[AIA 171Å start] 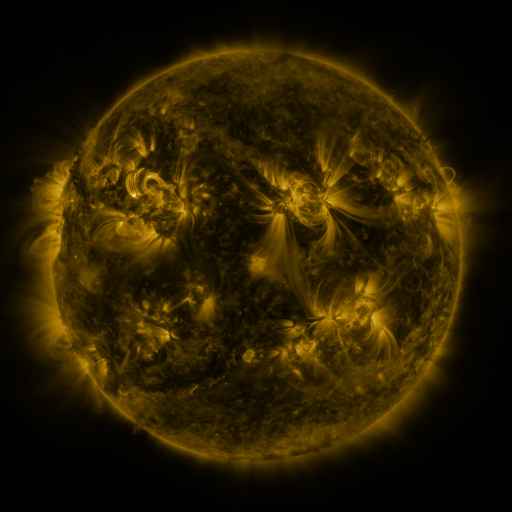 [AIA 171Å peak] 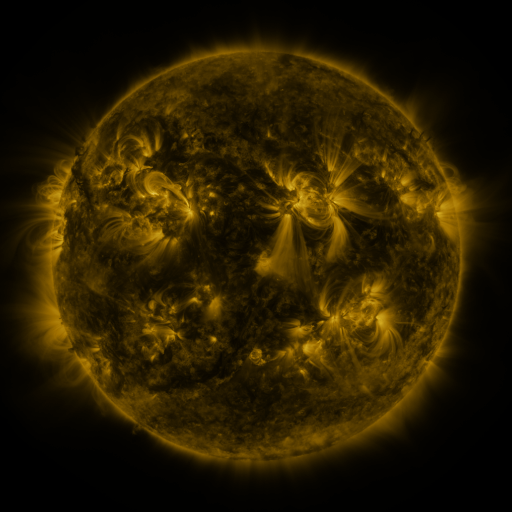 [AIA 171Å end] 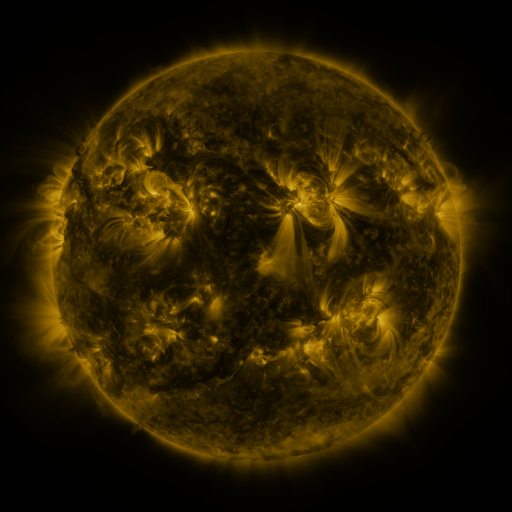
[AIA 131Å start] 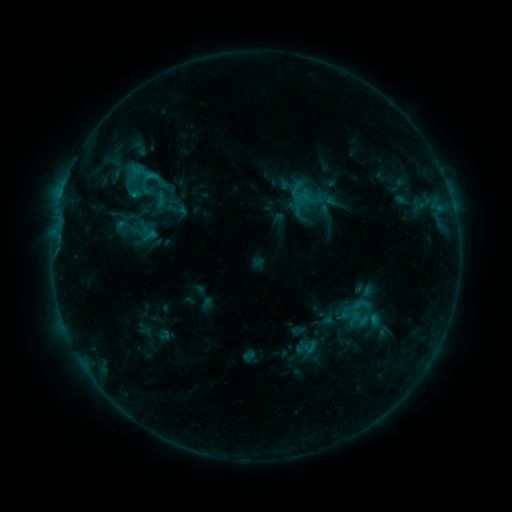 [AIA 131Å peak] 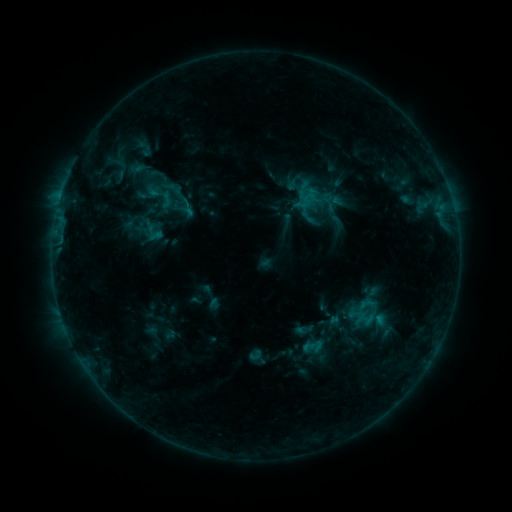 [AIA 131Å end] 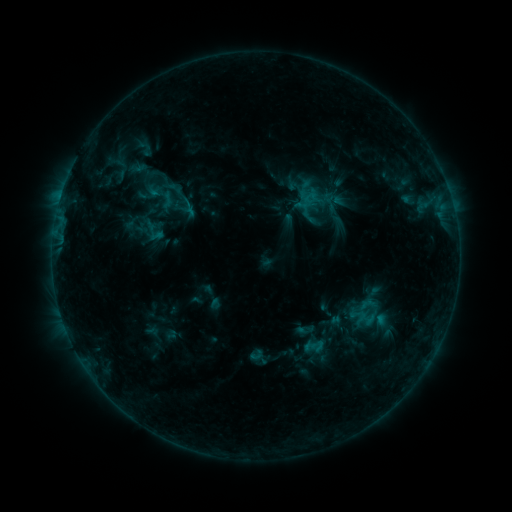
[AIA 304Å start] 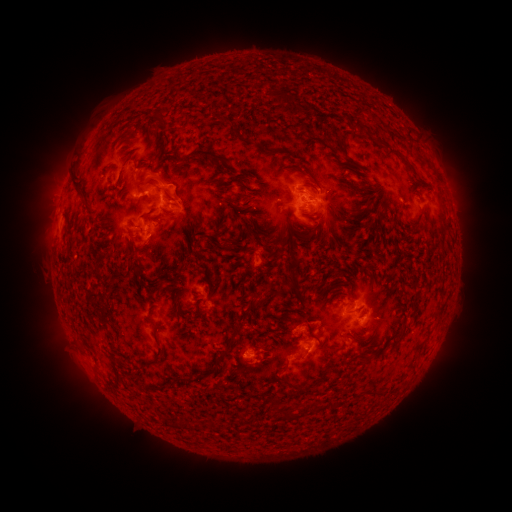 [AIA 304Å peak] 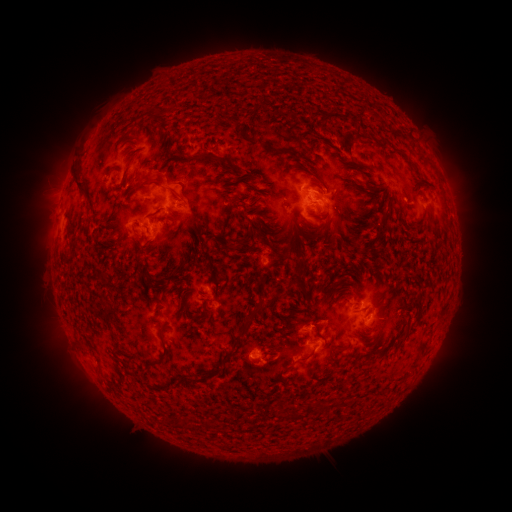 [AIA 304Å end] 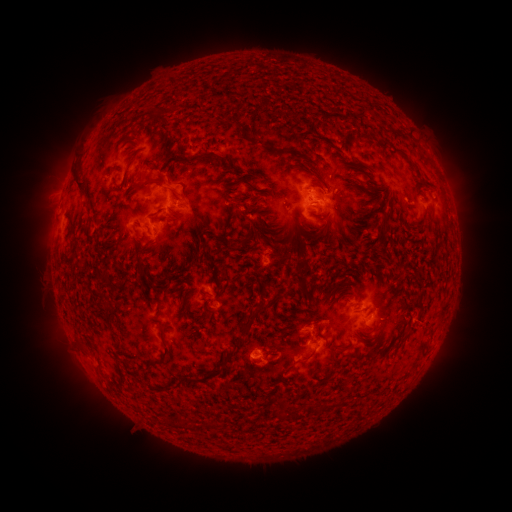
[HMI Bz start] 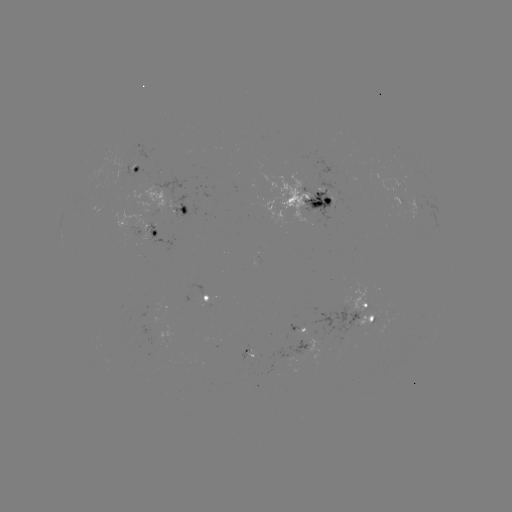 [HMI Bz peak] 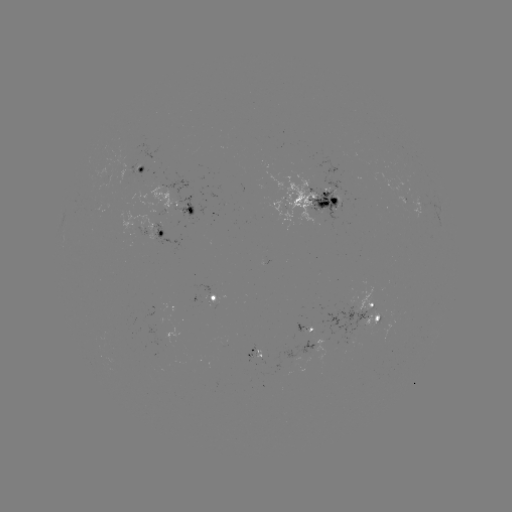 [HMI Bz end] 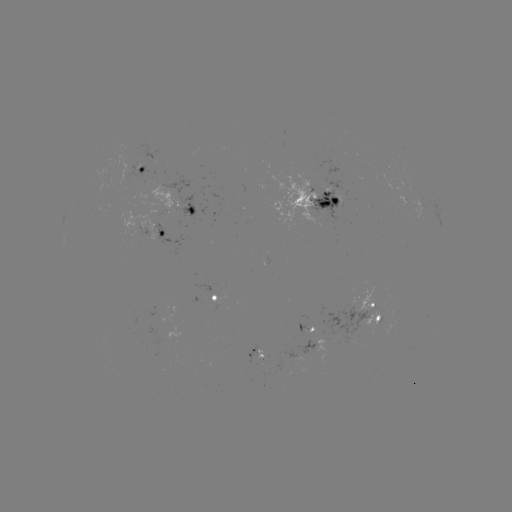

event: emerging-flux region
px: (375, 314)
